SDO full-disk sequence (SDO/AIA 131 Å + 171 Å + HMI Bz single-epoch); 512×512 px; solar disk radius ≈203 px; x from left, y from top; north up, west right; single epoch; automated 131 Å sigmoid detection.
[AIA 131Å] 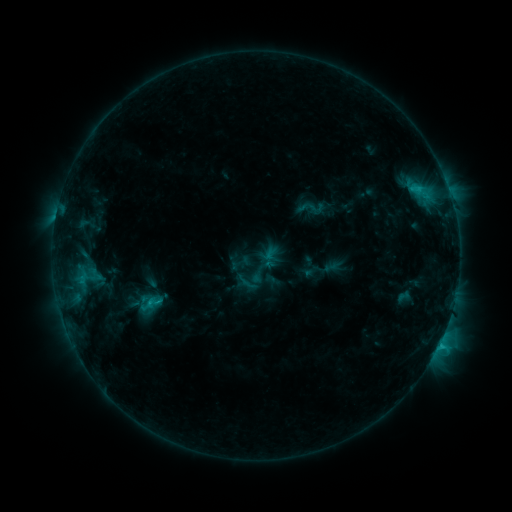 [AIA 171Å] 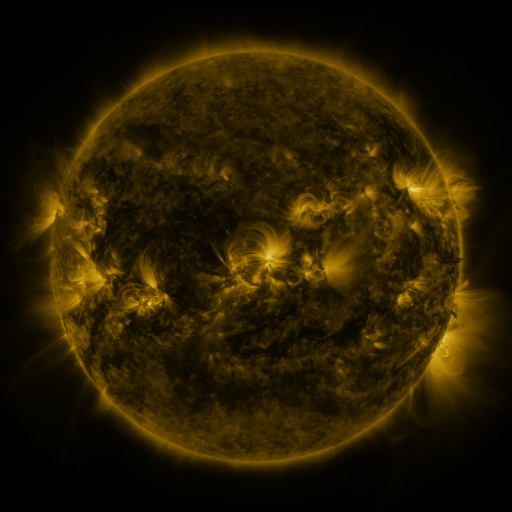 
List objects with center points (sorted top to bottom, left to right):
sigmoid: (311, 208)
